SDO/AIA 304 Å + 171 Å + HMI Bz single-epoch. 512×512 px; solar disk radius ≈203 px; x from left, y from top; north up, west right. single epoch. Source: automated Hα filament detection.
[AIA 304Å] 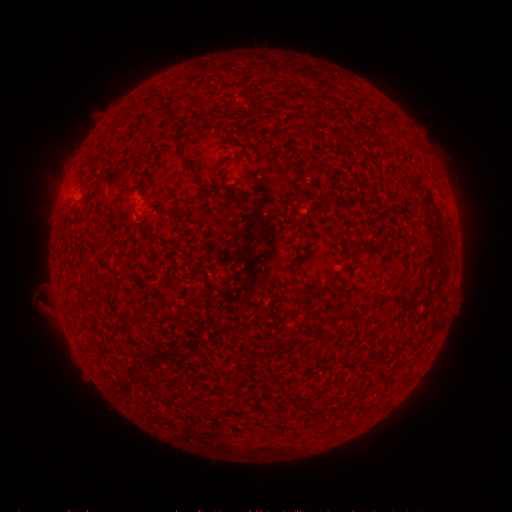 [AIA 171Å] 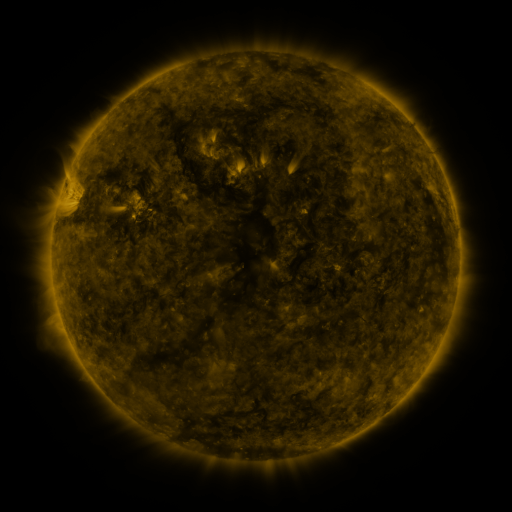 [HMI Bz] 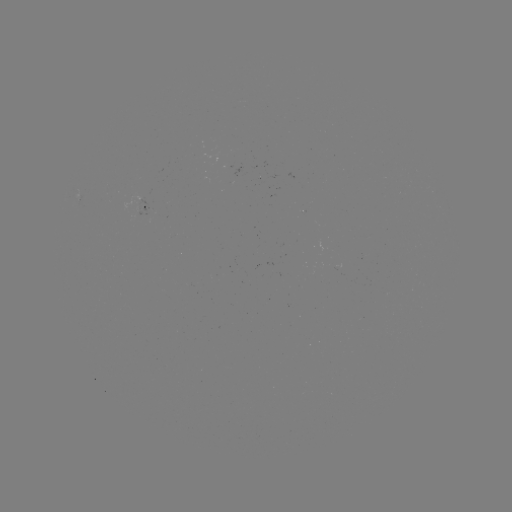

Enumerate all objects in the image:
filament: (298, 97)
filament: (257, 106)
filament: (398, 282)
filament: (322, 289)
filament: (162, 295)
filament: (150, 309)
filament: (127, 317)
filament: (363, 319)
